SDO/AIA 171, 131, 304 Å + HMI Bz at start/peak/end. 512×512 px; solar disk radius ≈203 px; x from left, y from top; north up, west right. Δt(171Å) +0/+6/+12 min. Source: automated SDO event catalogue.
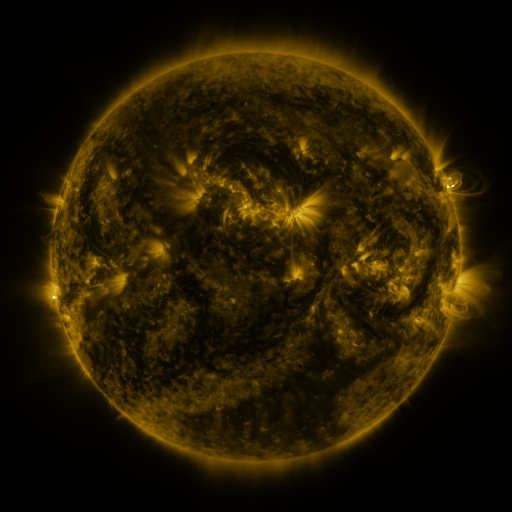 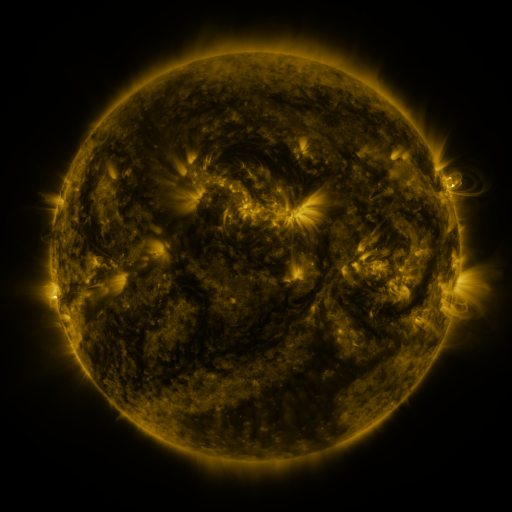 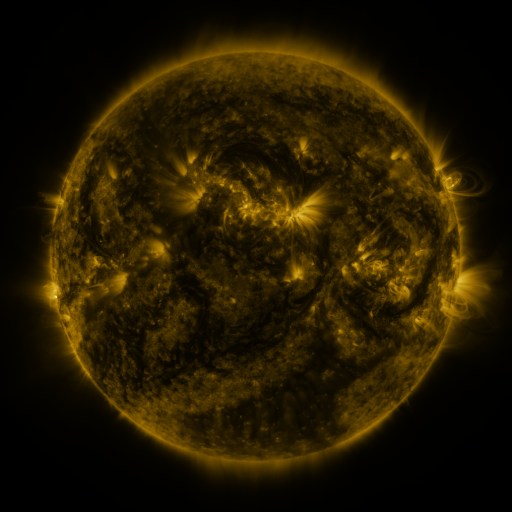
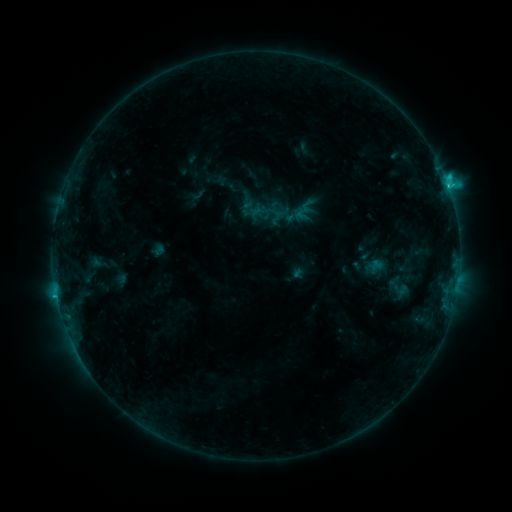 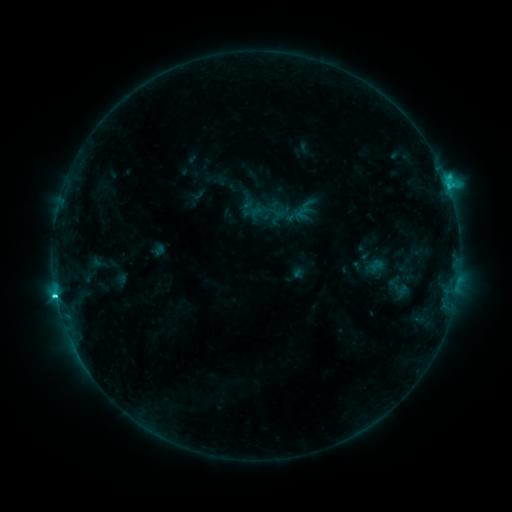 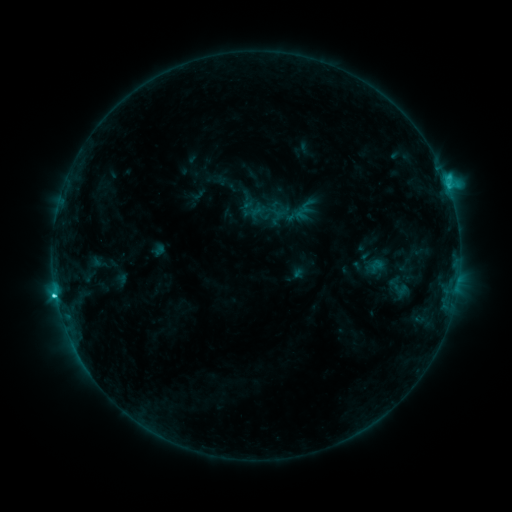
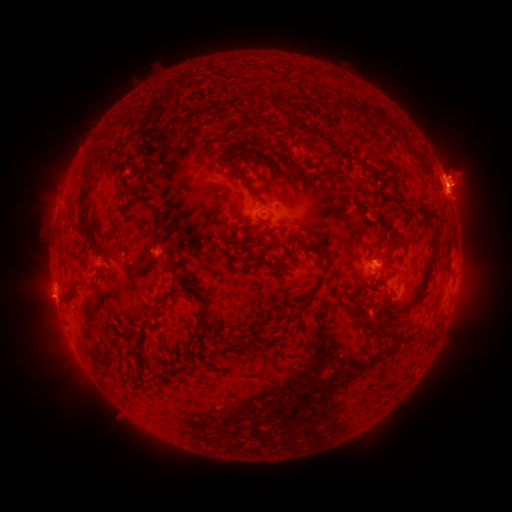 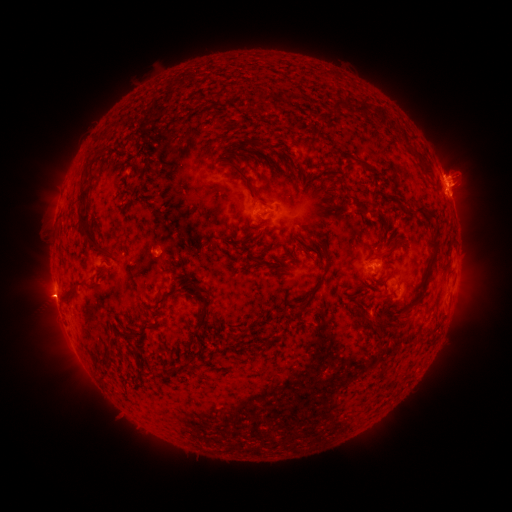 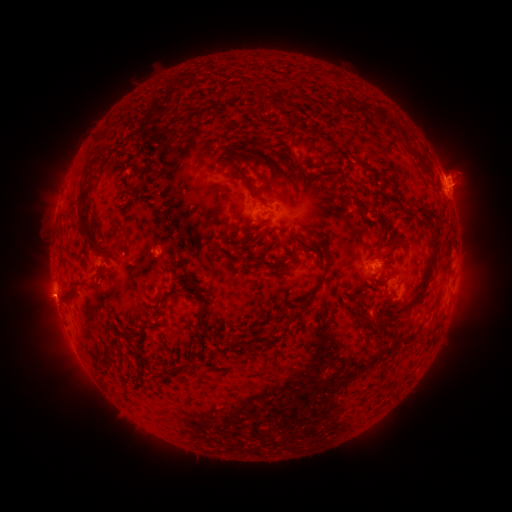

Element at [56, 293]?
C3.2 flare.